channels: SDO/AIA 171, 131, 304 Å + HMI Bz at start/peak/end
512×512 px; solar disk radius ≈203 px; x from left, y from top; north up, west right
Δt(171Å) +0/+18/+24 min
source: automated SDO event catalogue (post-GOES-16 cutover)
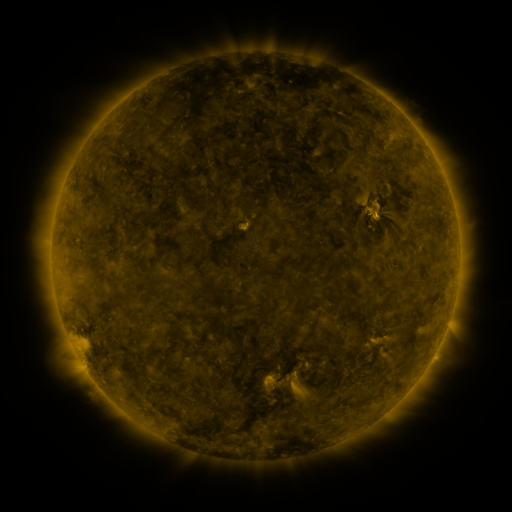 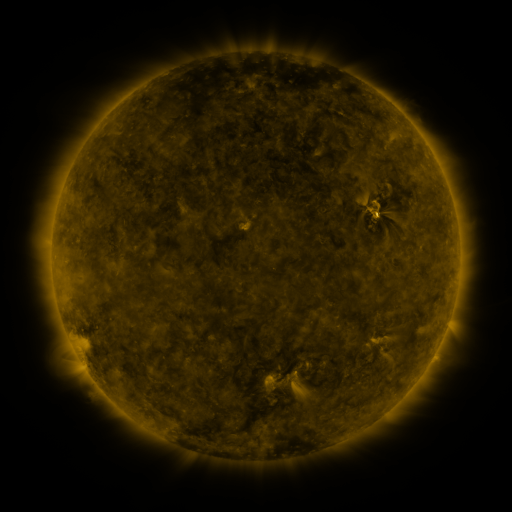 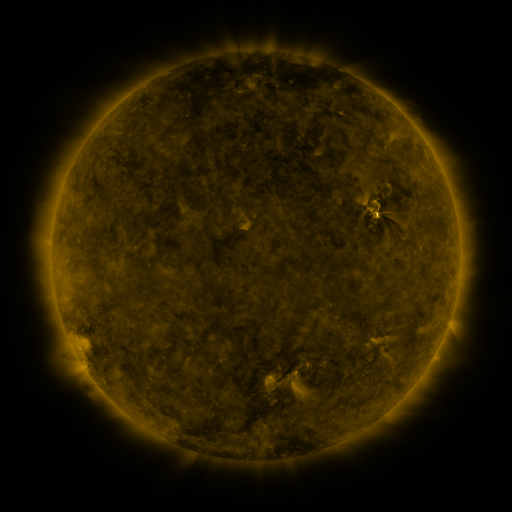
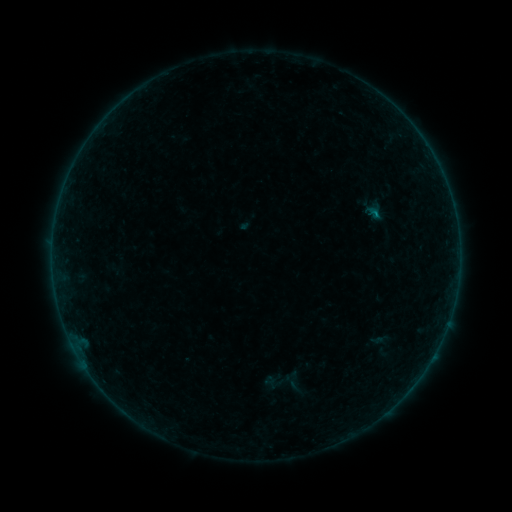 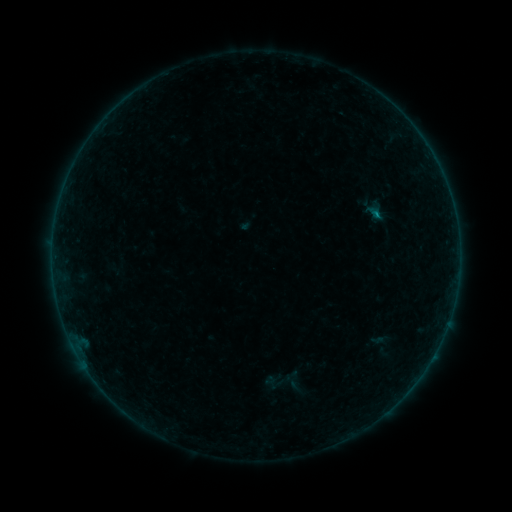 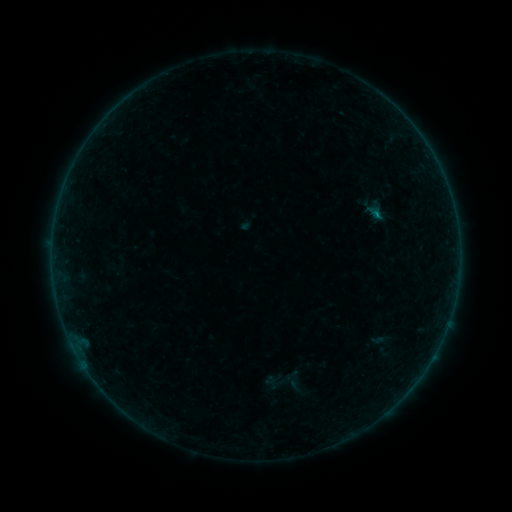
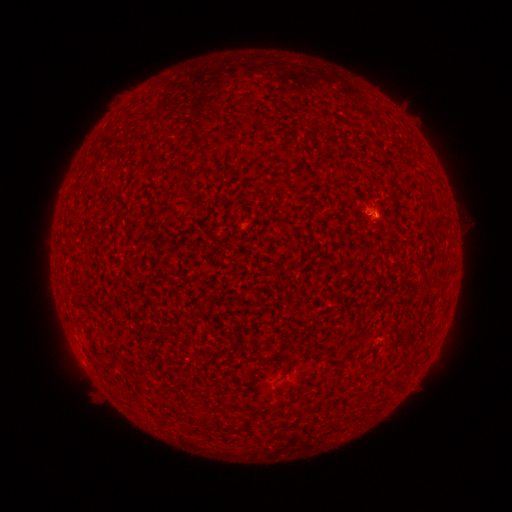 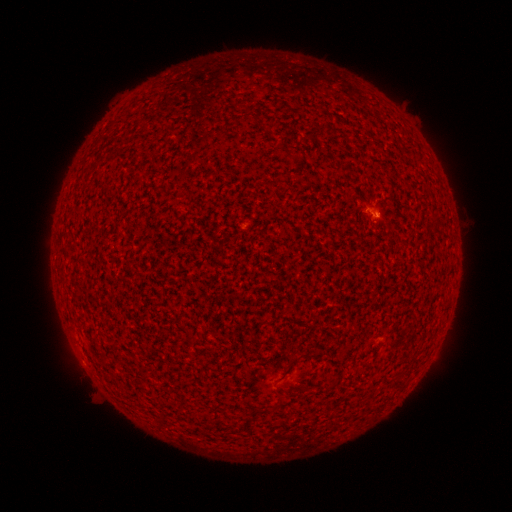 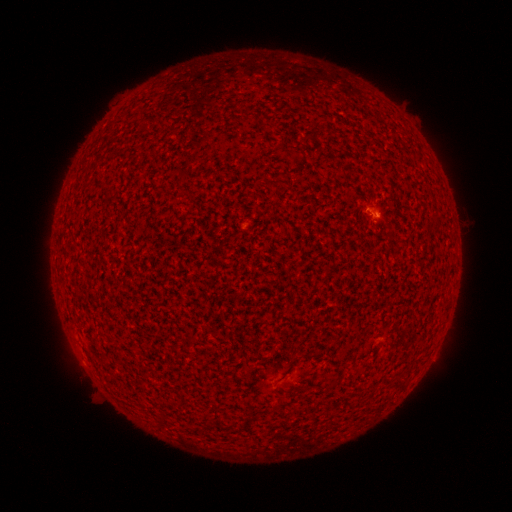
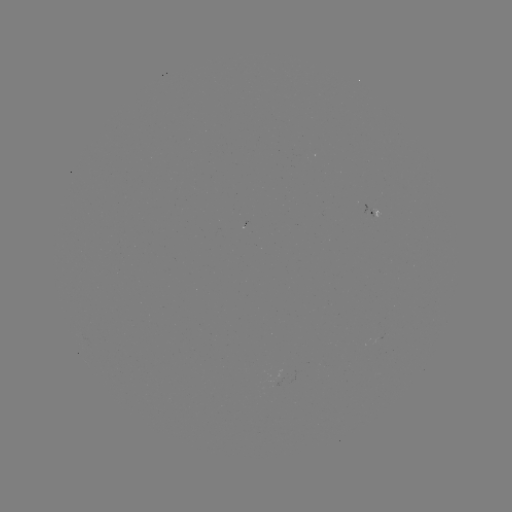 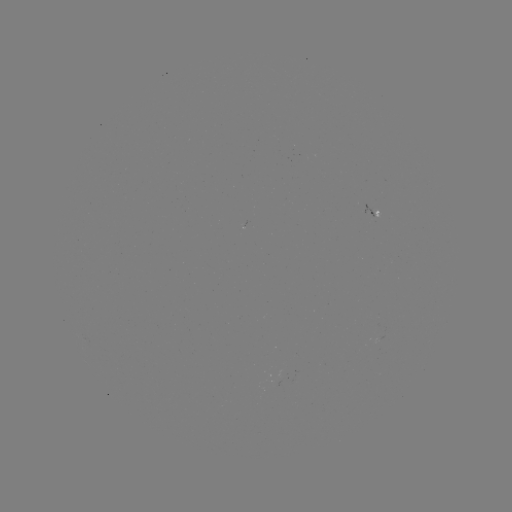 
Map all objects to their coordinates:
B2.3 flare: (376, 218)
